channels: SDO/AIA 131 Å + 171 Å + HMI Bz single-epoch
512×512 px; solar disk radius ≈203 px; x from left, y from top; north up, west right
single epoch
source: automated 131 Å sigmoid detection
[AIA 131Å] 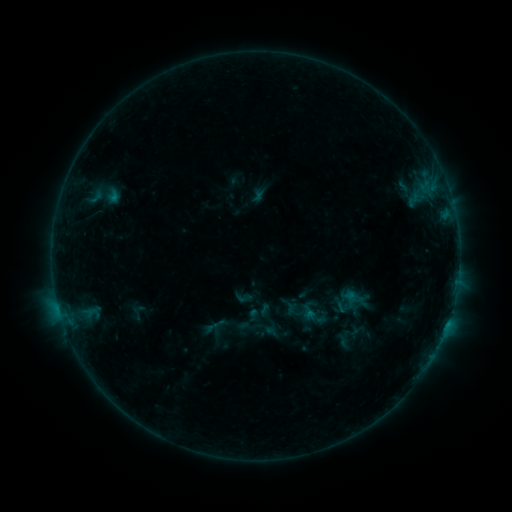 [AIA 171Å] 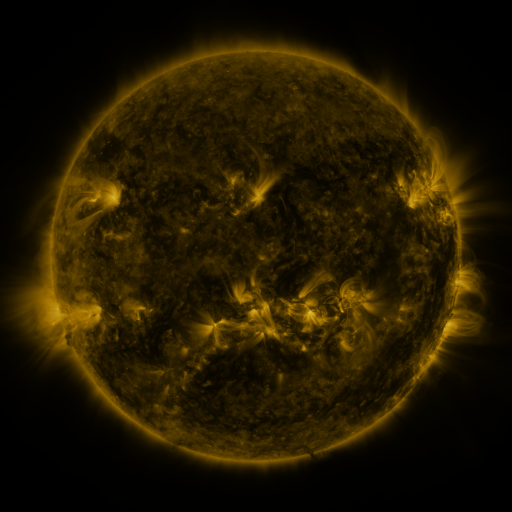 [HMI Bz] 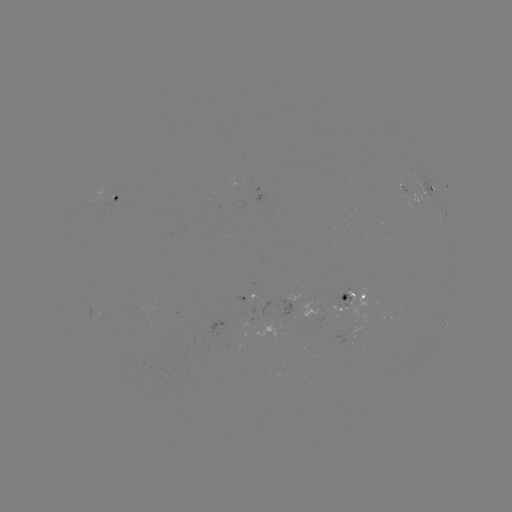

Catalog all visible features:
sigmoid: (234, 288, 253, 307)
sigmoid: (333, 298, 350, 315)
